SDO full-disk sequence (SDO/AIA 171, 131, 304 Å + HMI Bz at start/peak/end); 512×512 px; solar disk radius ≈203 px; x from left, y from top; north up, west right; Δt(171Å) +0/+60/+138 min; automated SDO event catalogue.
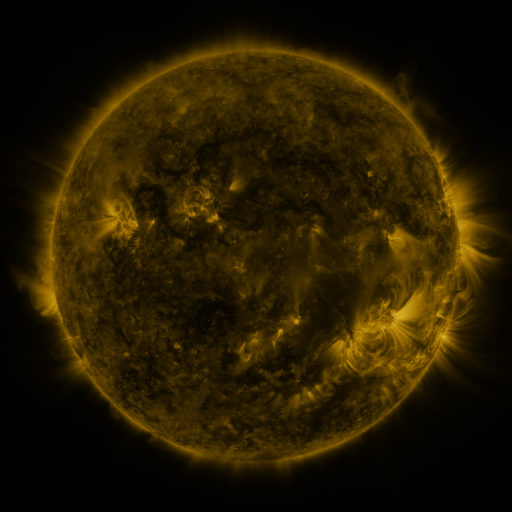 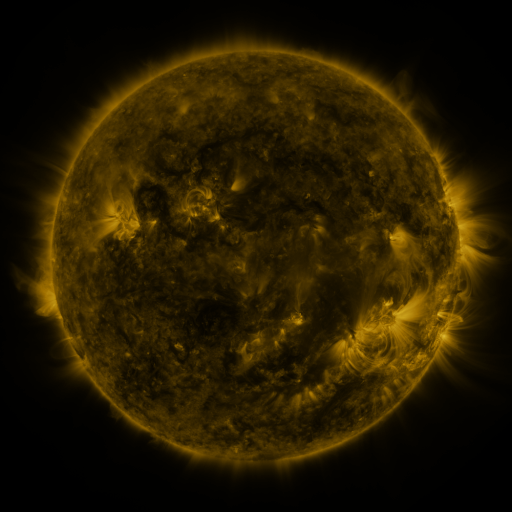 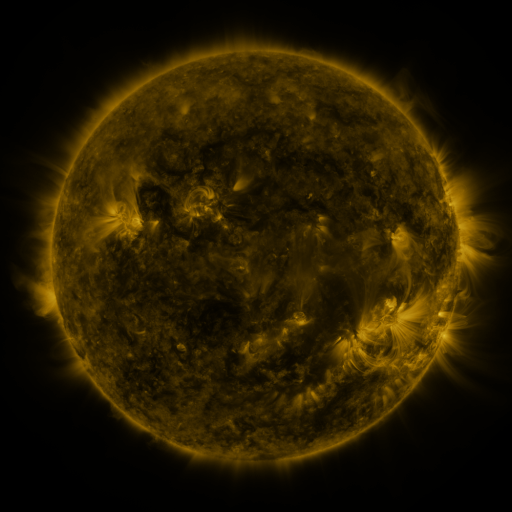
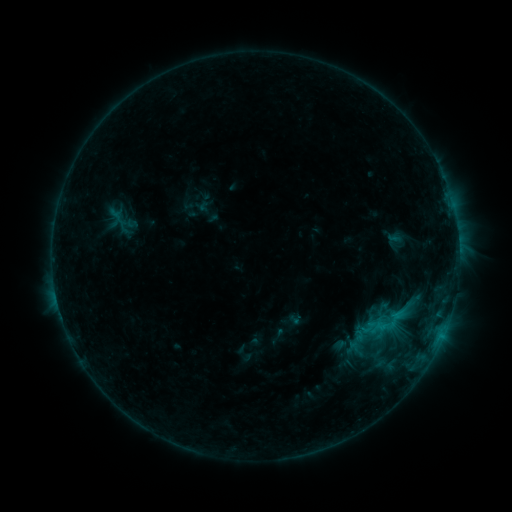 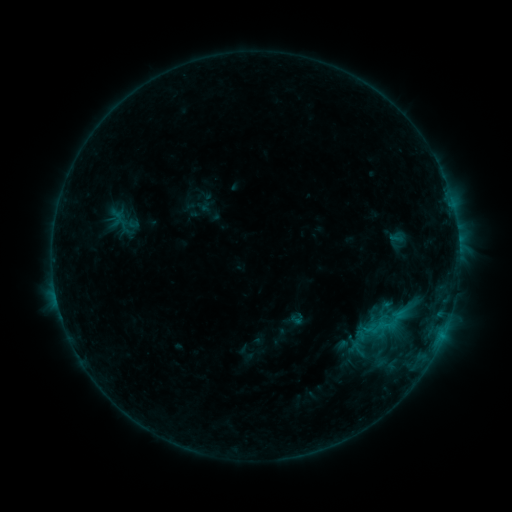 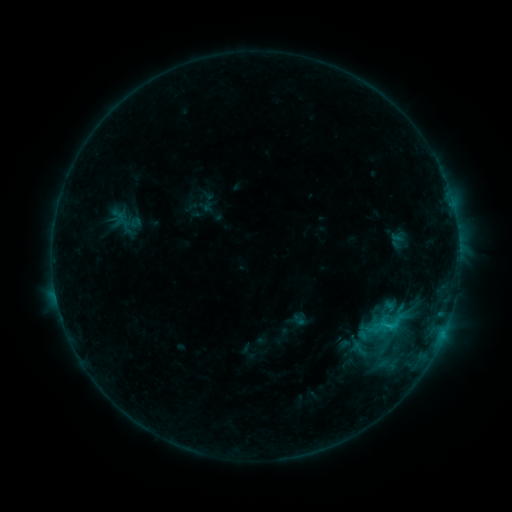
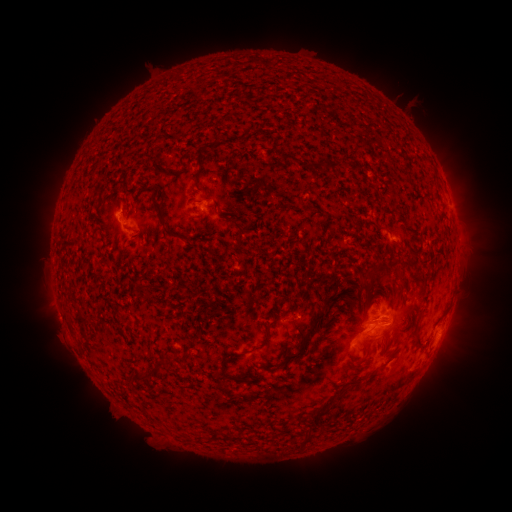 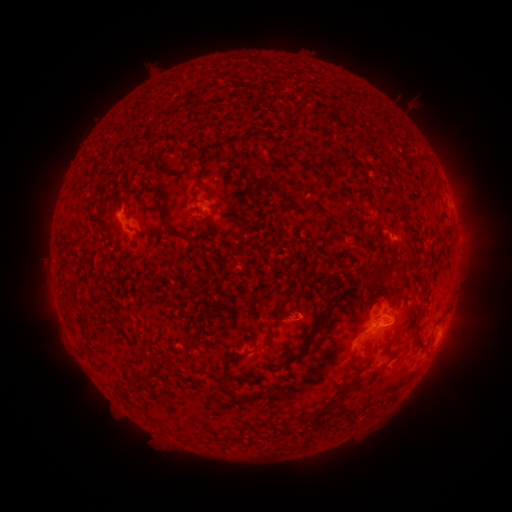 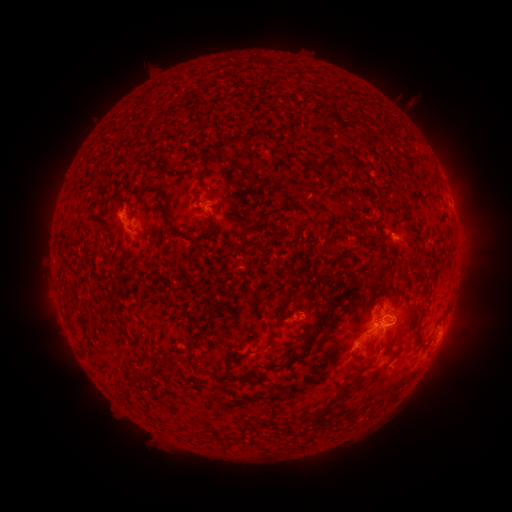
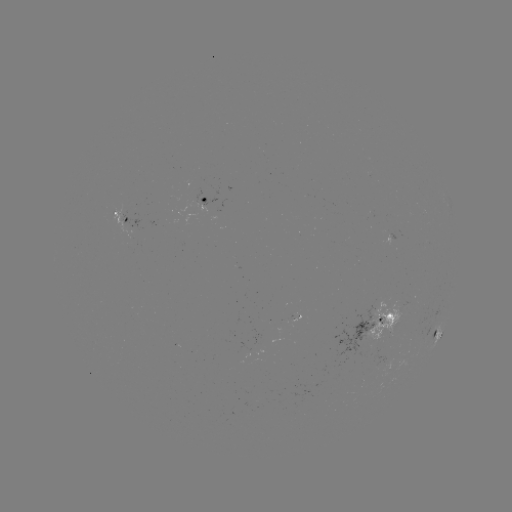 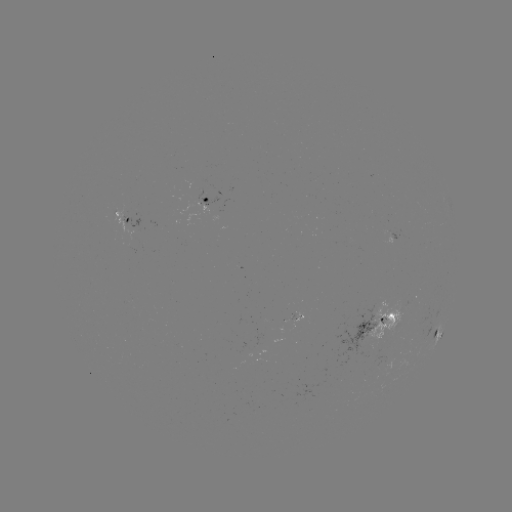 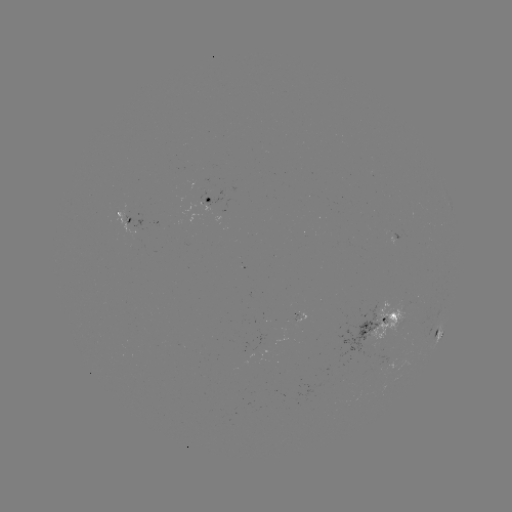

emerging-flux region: (379, 230, 393, 244)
